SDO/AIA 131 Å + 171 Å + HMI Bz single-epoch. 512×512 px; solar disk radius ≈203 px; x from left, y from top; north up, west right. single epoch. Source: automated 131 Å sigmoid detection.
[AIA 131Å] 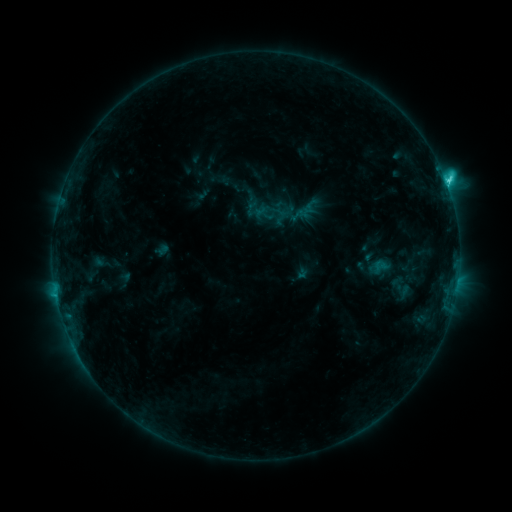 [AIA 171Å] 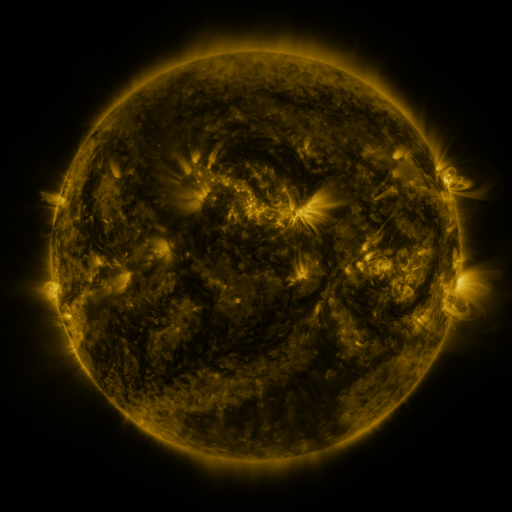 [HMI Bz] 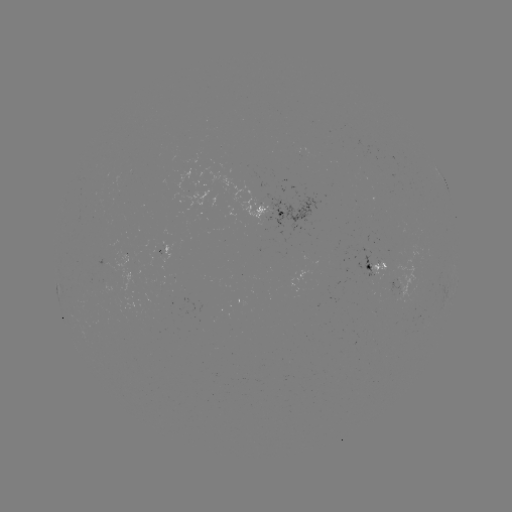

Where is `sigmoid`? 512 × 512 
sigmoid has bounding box [373, 257, 388, 274].